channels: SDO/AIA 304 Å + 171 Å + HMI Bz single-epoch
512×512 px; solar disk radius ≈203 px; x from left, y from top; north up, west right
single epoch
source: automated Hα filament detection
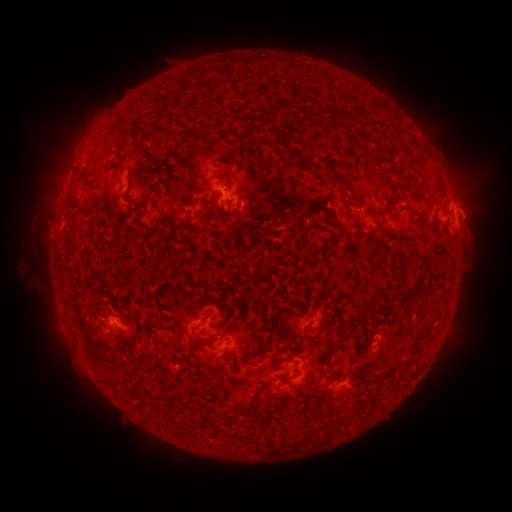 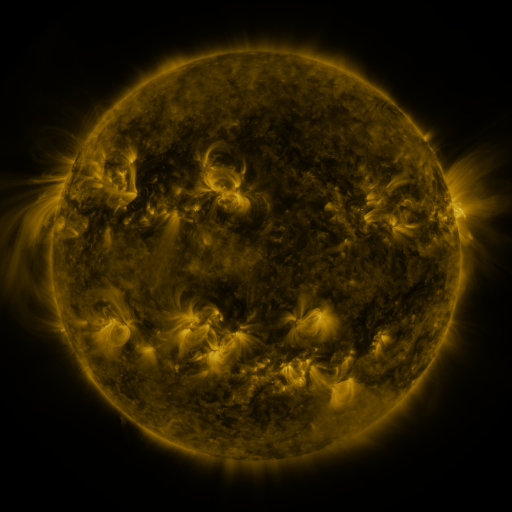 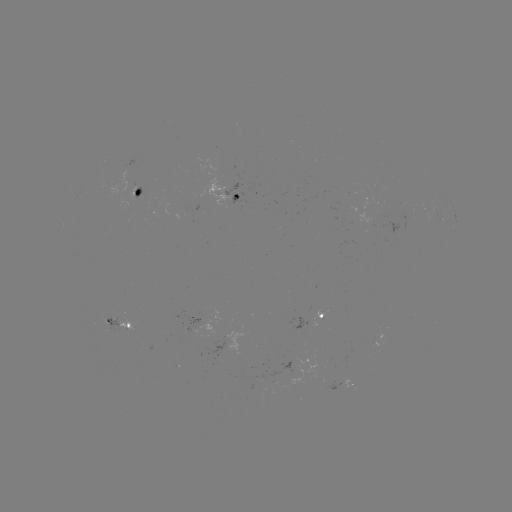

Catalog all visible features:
filament: [360, 100, 385, 118]
filament: [318, 106, 327, 118]
filament: [269, 130, 289, 149]
filament: [331, 172, 351, 191]
filament: [380, 196, 399, 211]
filament: [185, 197, 201, 205]
filament: [346, 197, 362, 210]
filament: [133, 204, 142, 212]
filament: [77, 206, 91, 217]
filament: [351, 219, 376, 239]
filament: [364, 300, 394, 319]
filament: [204, 307, 213, 320]
filament: [186, 335, 195, 349]
filament: [334, 335, 343, 345]
filament: [402, 351, 416, 368]
filament: [324, 363, 334, 374]
filament: [226, 402, 255, 415]
